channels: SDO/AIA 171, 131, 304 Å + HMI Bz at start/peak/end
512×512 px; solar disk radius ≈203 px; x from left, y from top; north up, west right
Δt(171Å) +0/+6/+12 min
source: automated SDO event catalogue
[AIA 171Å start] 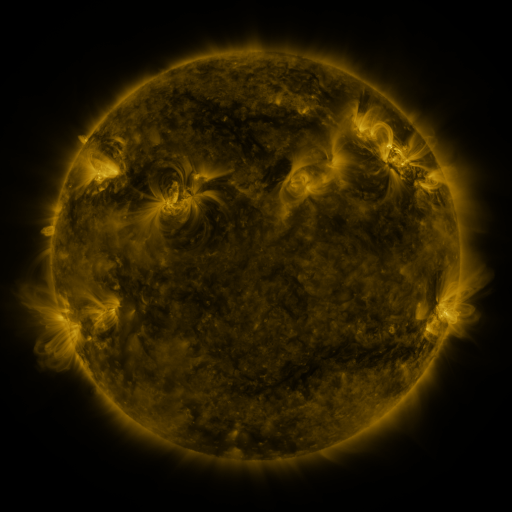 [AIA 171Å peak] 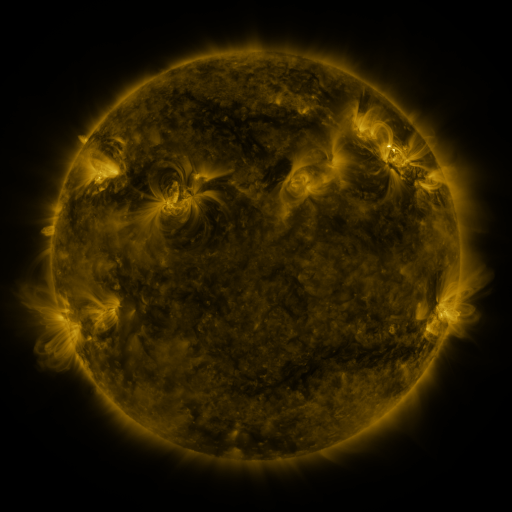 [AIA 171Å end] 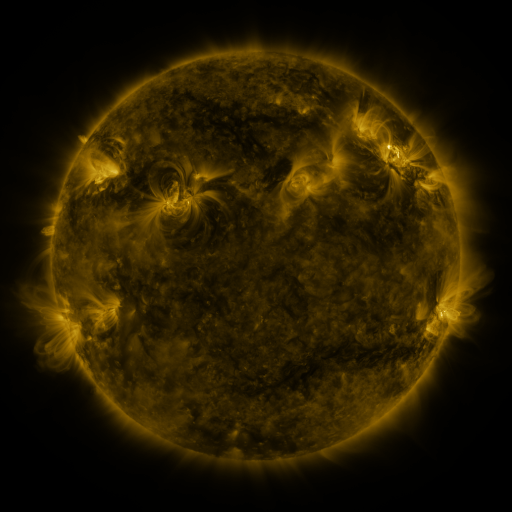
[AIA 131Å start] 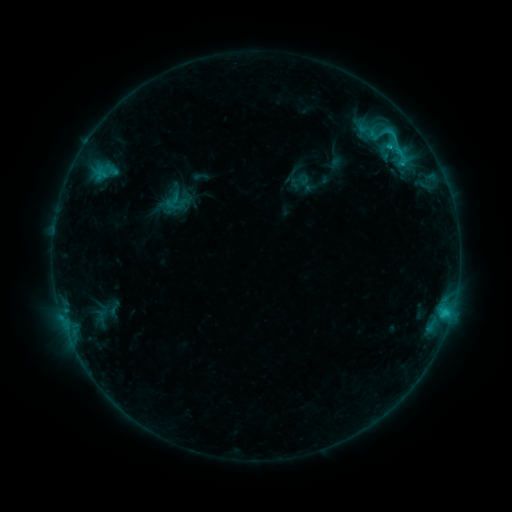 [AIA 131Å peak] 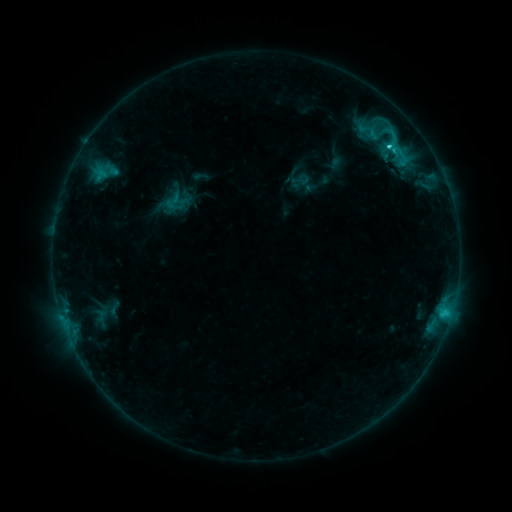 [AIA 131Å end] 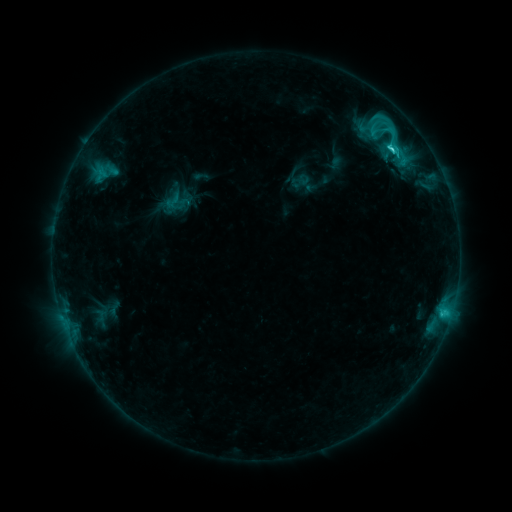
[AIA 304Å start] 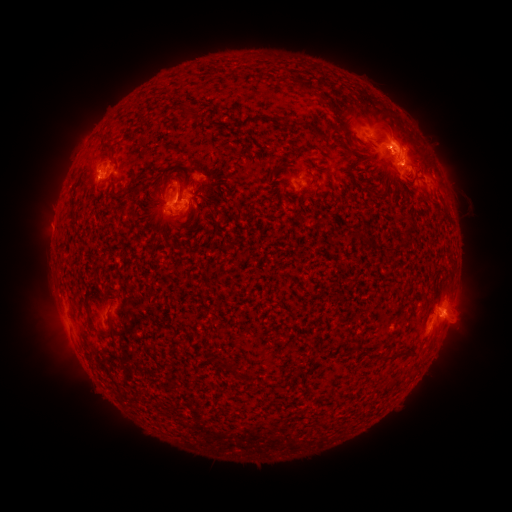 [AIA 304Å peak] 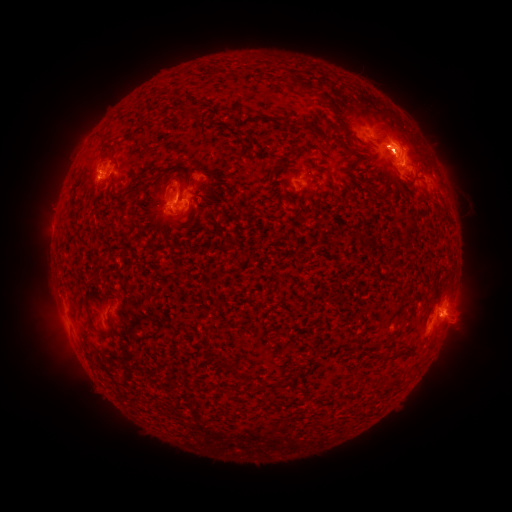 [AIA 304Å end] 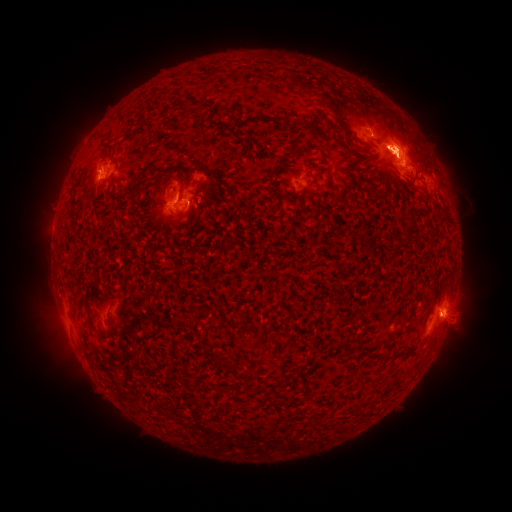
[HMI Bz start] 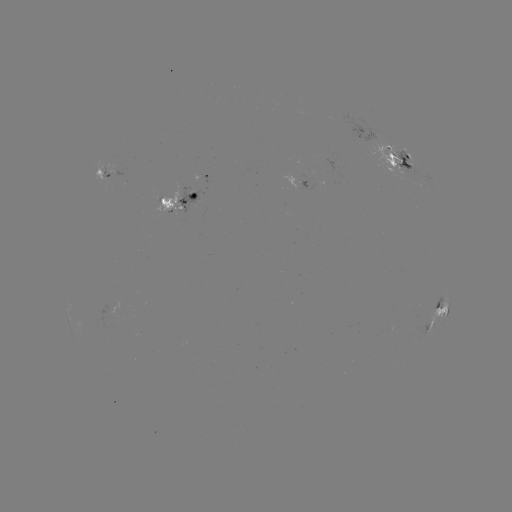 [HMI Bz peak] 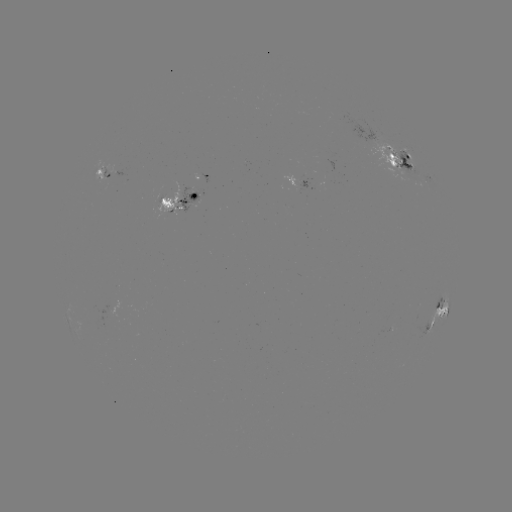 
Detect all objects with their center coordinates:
C4.9 flare: (388, 148)
